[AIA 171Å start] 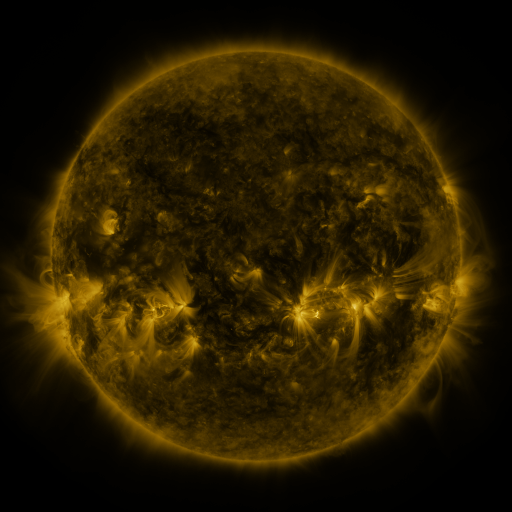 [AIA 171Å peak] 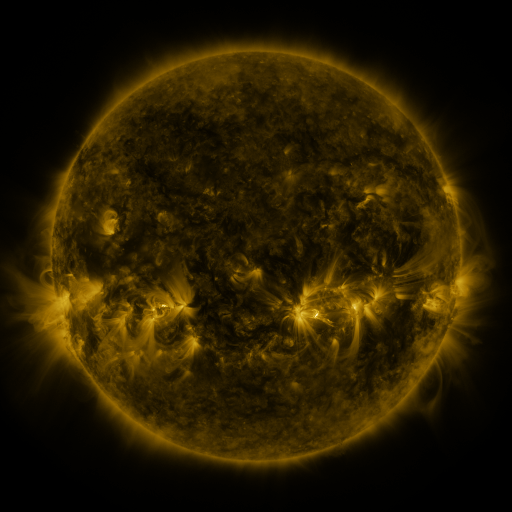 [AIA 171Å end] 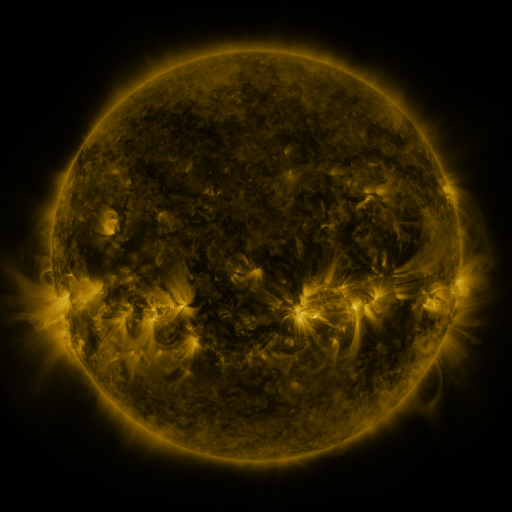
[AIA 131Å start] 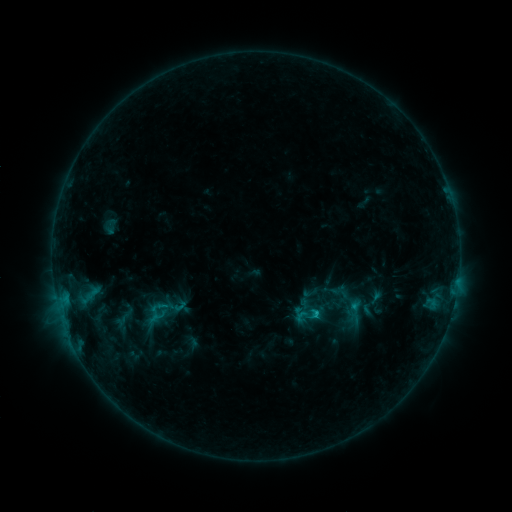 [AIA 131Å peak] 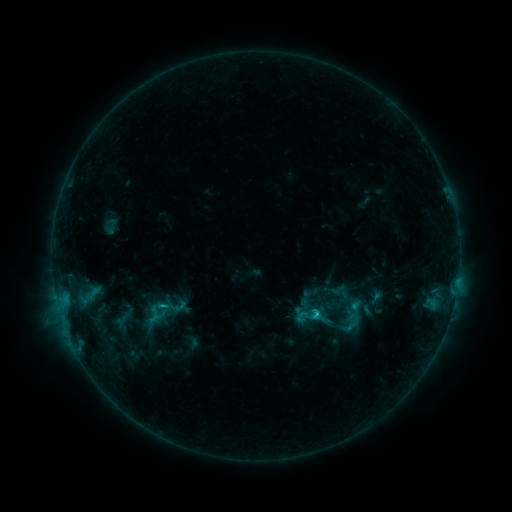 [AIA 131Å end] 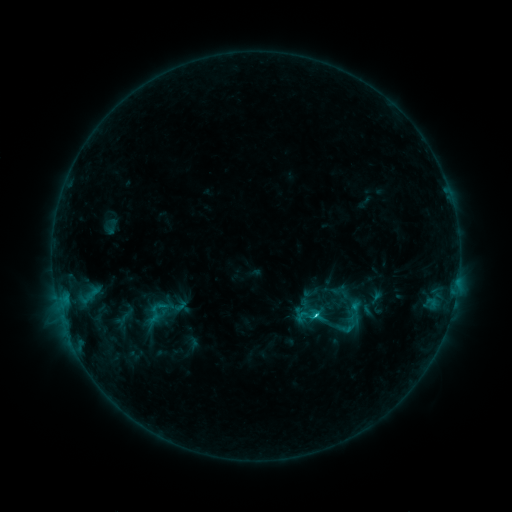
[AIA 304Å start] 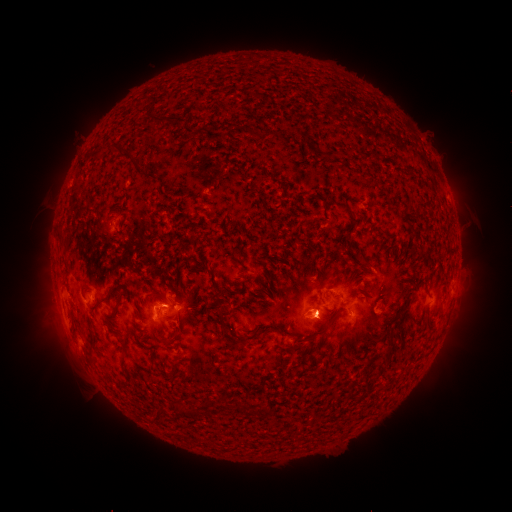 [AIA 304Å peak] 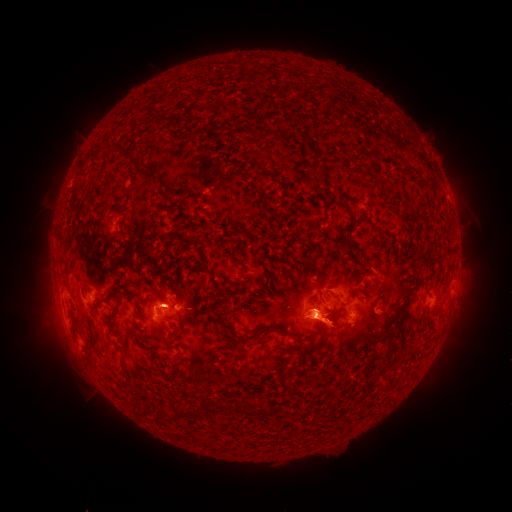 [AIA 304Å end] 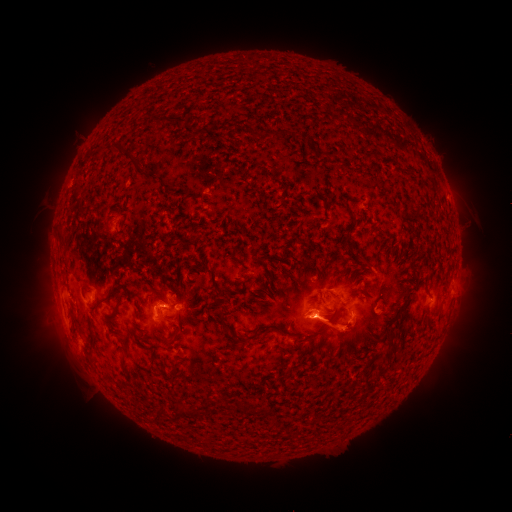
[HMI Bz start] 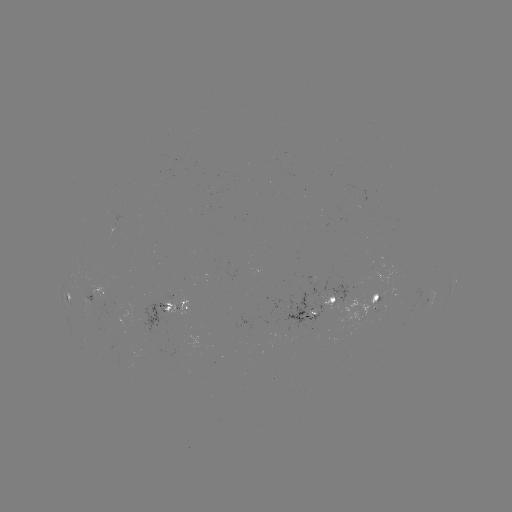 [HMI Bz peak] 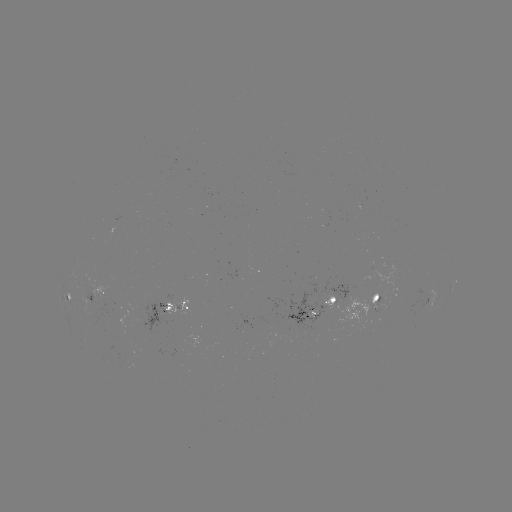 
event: eruption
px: (331, 376)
